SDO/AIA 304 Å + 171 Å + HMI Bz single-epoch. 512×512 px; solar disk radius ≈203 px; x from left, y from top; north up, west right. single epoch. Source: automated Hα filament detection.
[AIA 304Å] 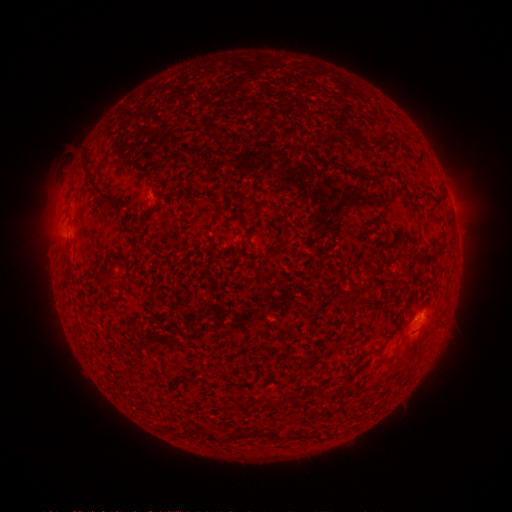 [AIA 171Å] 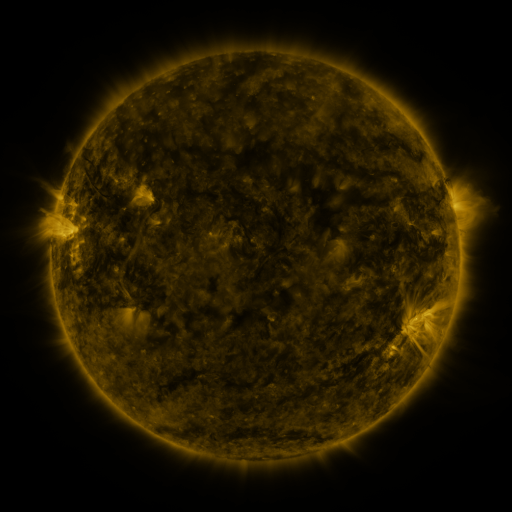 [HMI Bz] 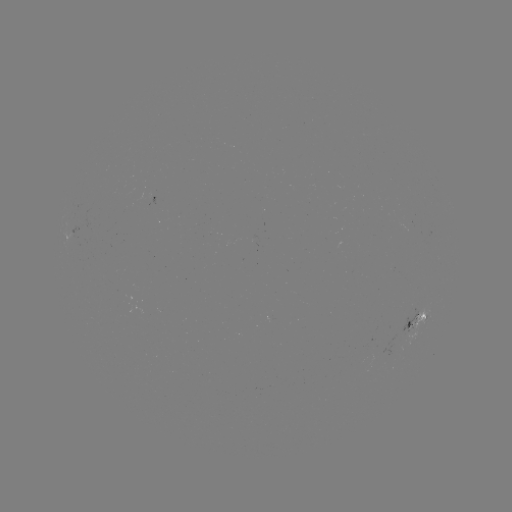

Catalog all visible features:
filament: (370, 149)
filament: (92, 178)
filament: (437, 203)
filament: (407, 206)
filament: (276, 208)
filament: (111, 281)
filament: (363, 288)
filament: (392, 367)
filament: (221, 374)
filament: (252, 432)
